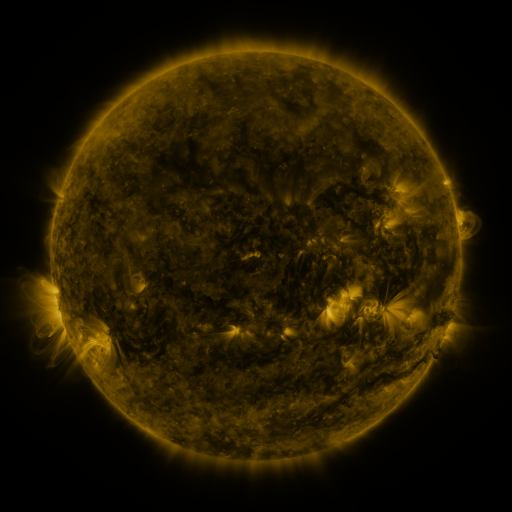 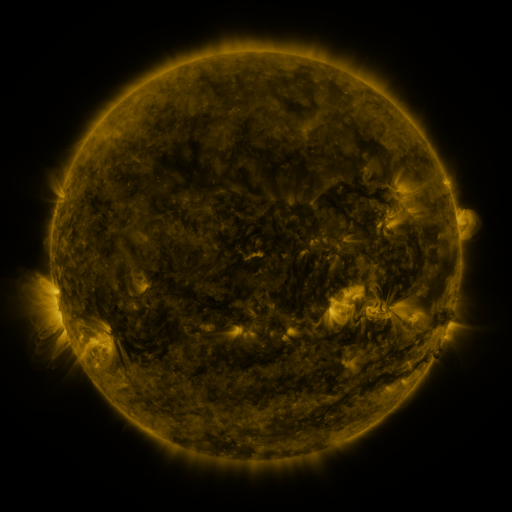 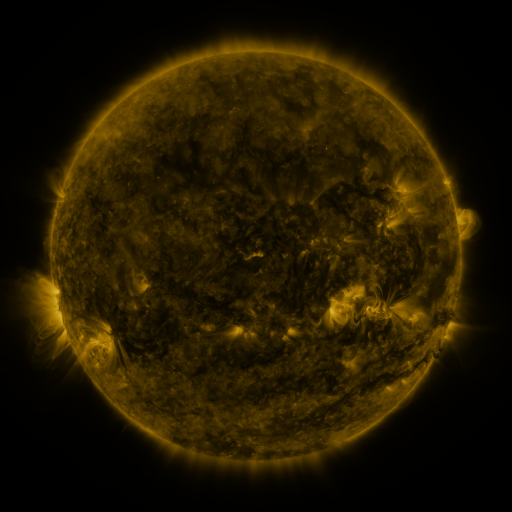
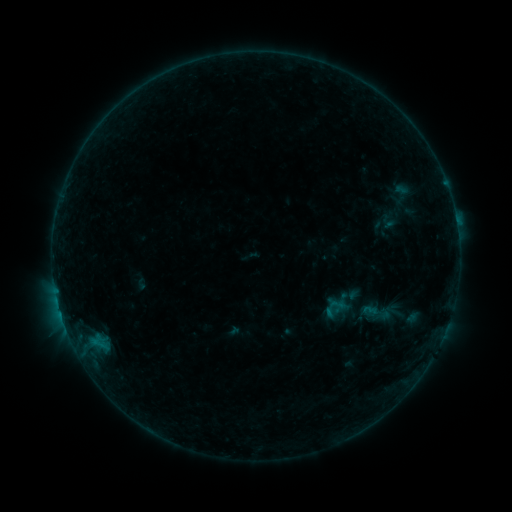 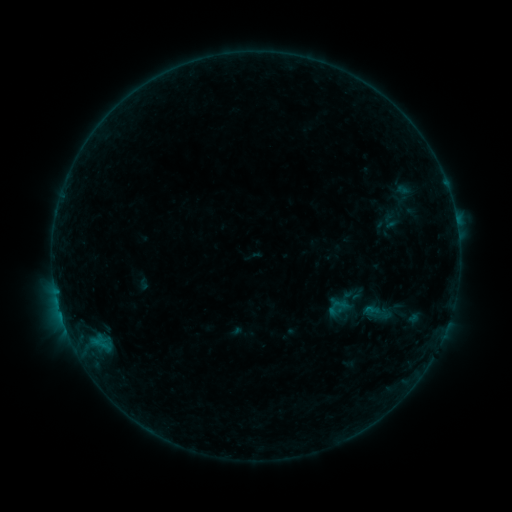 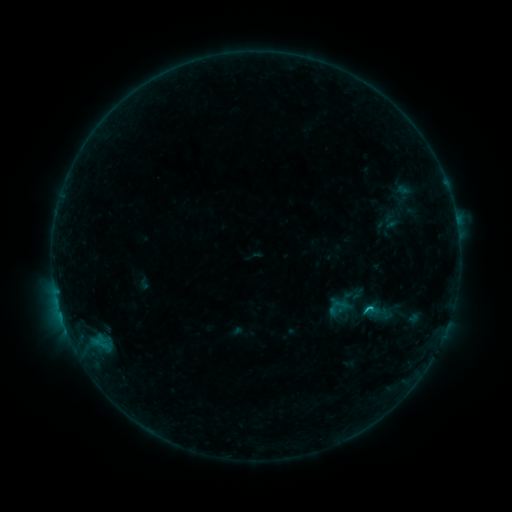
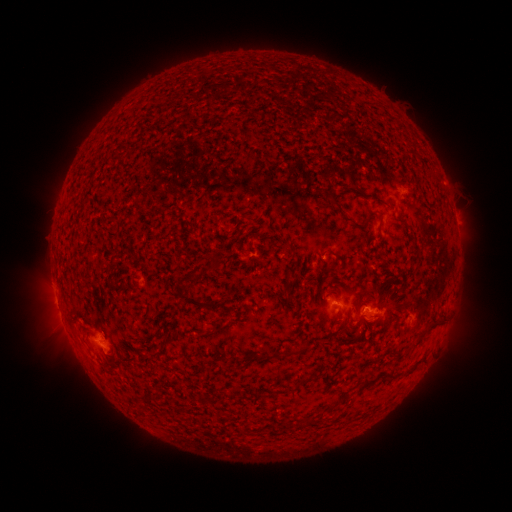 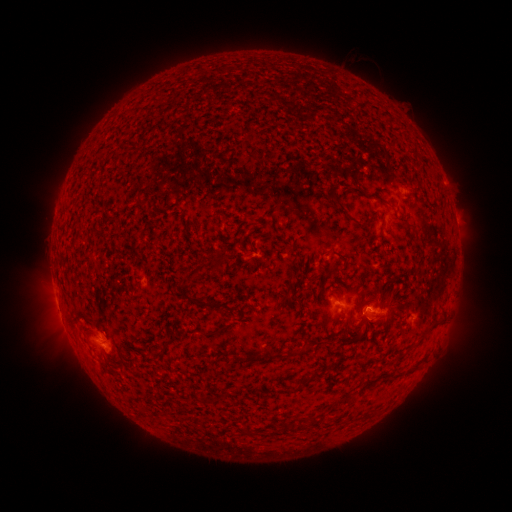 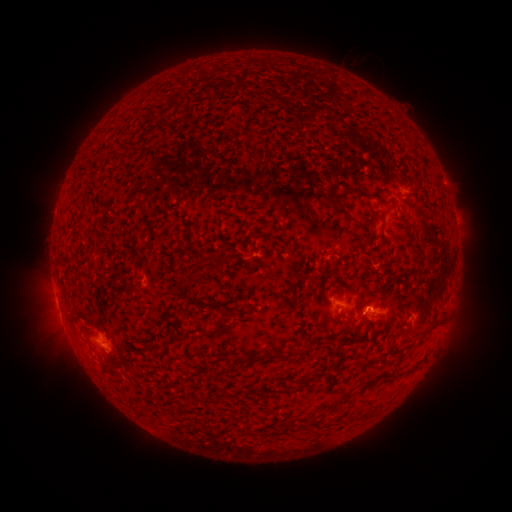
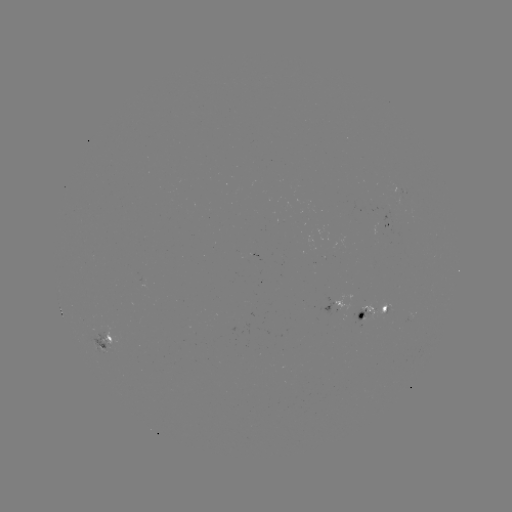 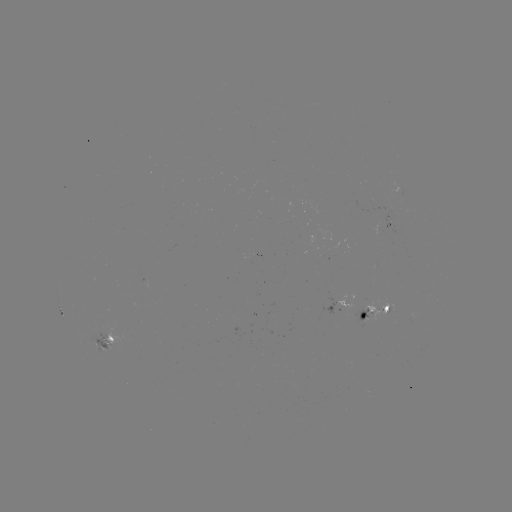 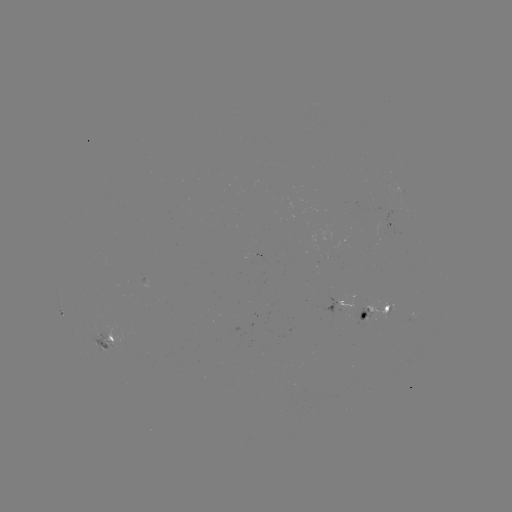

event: emerging-flux region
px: (389, 223)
